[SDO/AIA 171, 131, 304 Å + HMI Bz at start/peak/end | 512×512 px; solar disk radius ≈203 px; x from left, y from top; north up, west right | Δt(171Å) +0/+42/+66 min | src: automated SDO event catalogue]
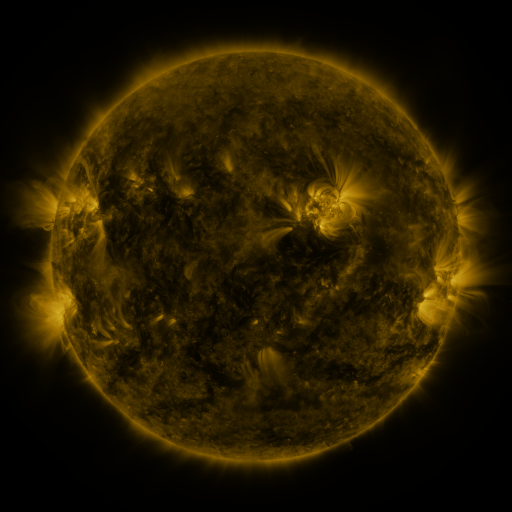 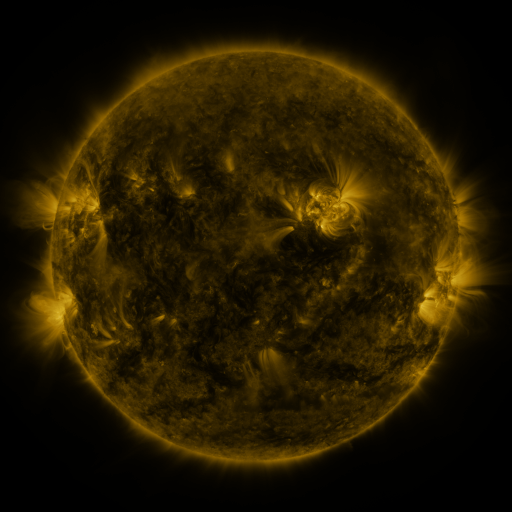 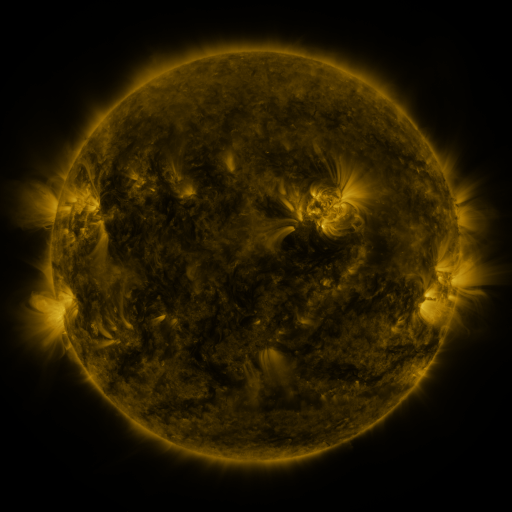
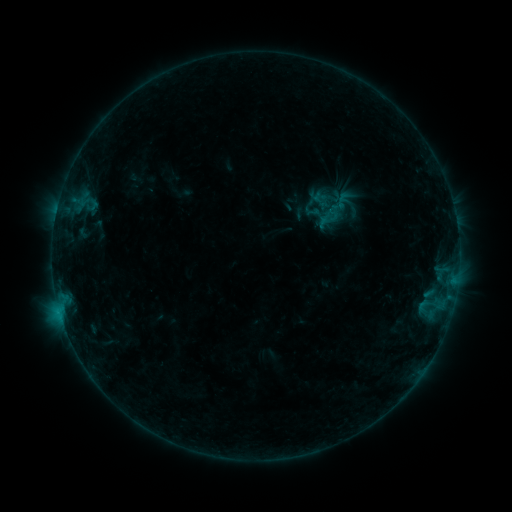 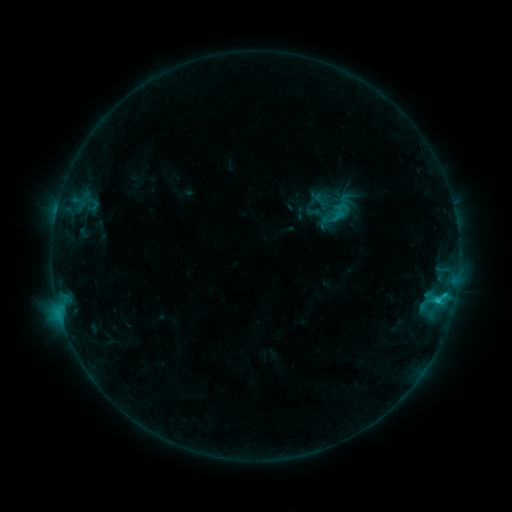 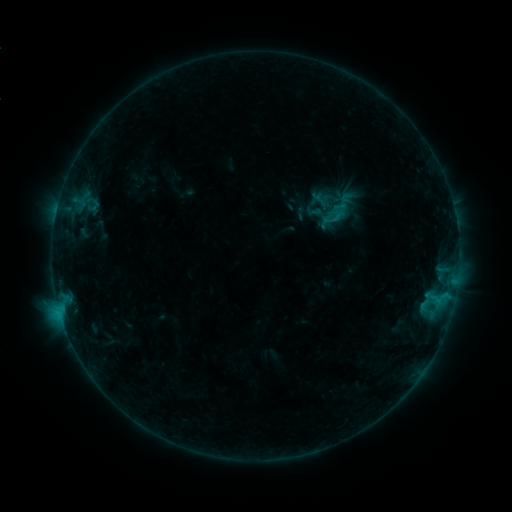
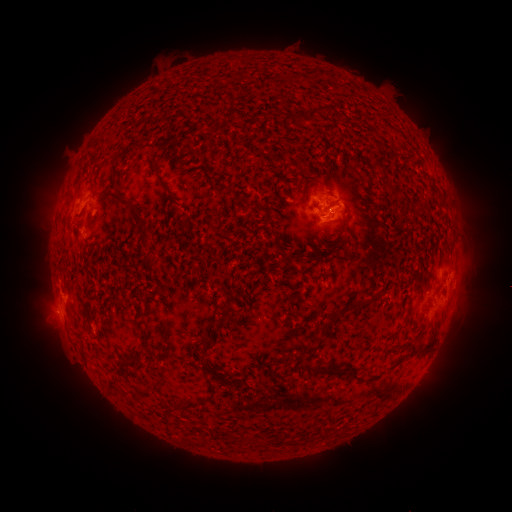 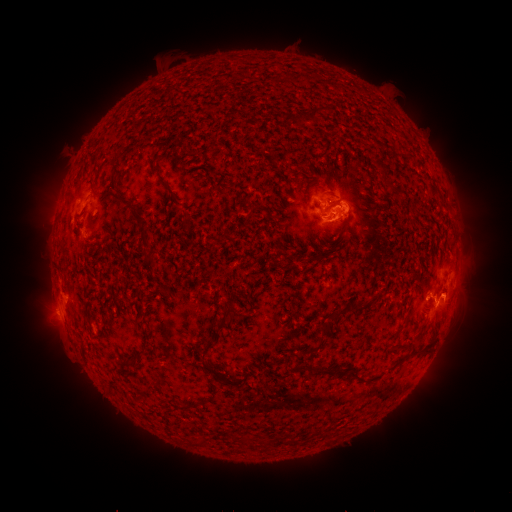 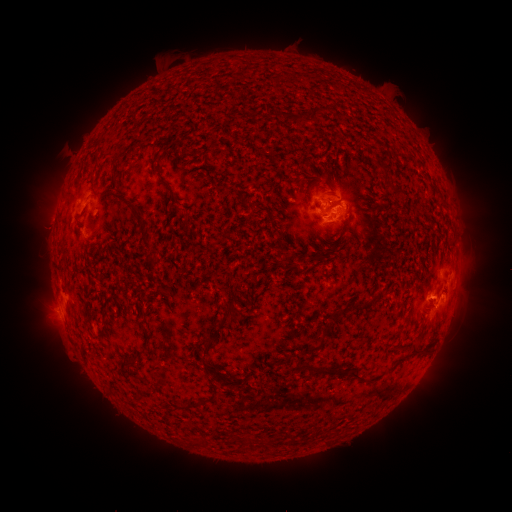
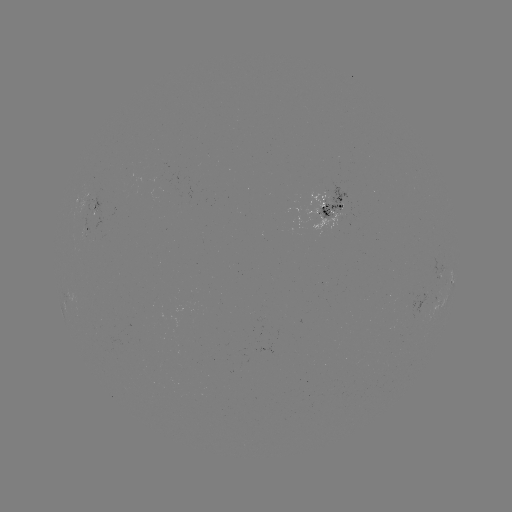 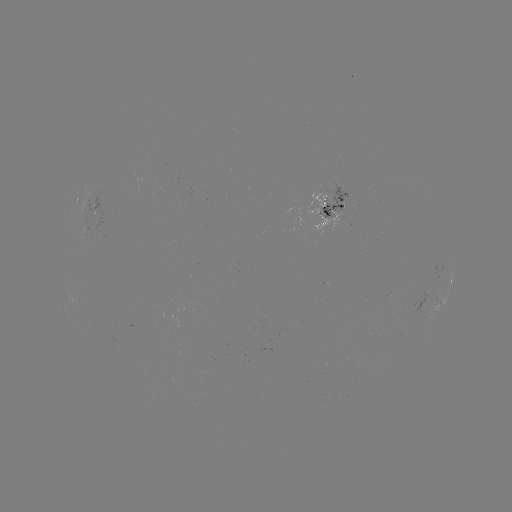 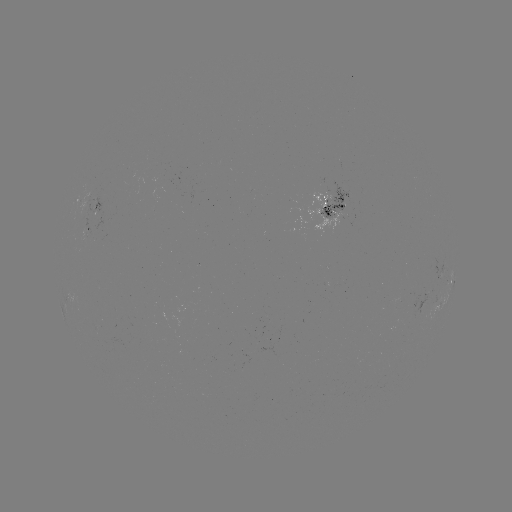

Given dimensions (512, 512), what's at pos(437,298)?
C1.5 flare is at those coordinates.